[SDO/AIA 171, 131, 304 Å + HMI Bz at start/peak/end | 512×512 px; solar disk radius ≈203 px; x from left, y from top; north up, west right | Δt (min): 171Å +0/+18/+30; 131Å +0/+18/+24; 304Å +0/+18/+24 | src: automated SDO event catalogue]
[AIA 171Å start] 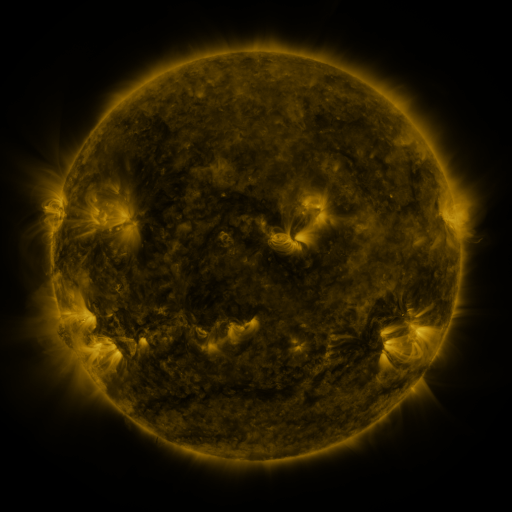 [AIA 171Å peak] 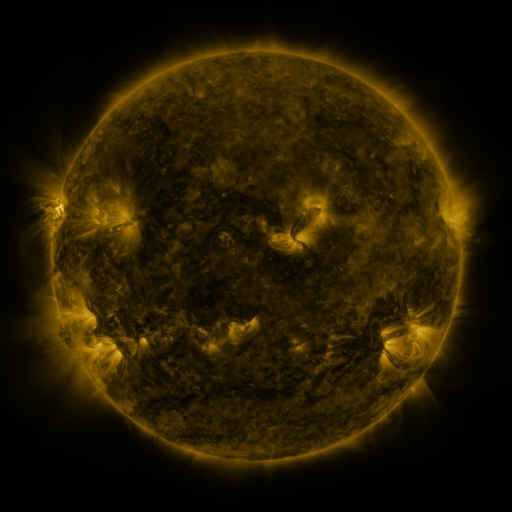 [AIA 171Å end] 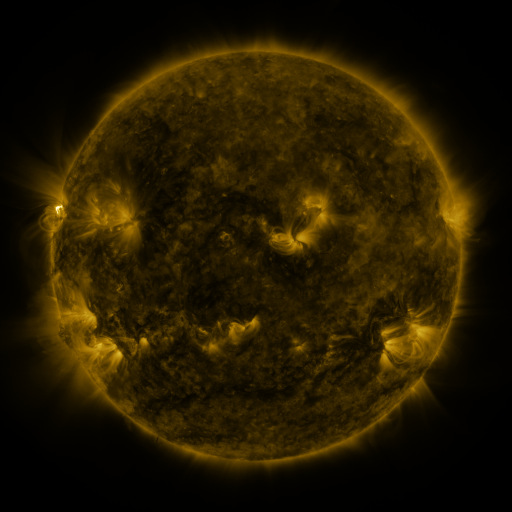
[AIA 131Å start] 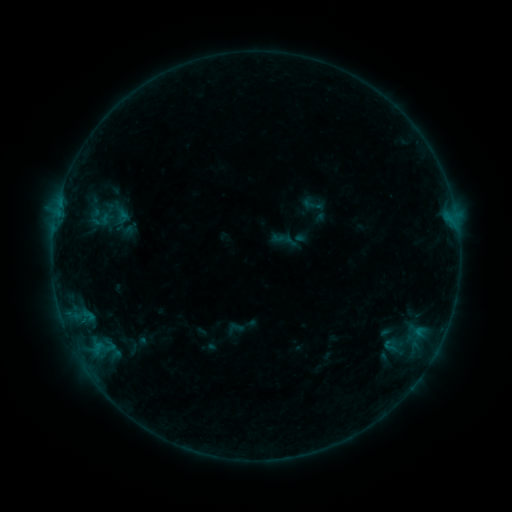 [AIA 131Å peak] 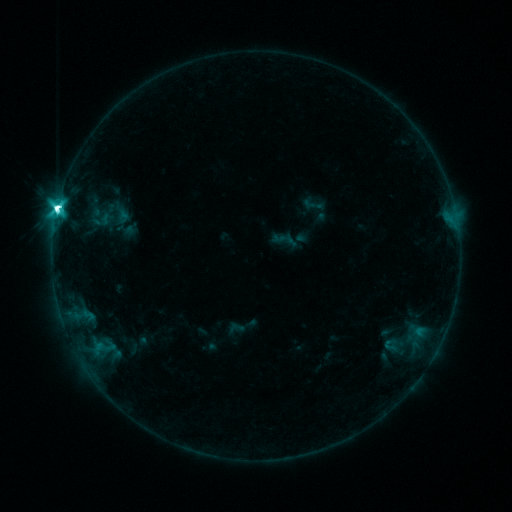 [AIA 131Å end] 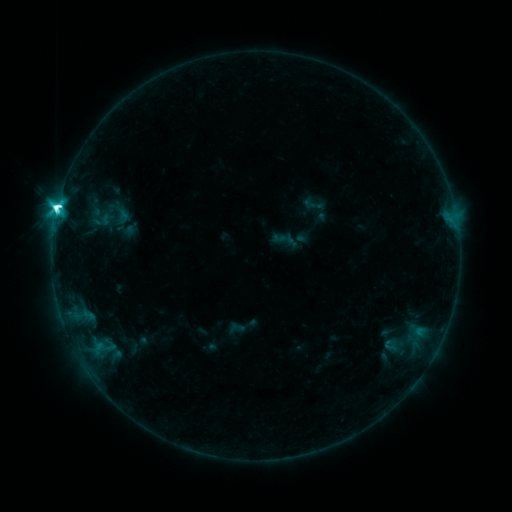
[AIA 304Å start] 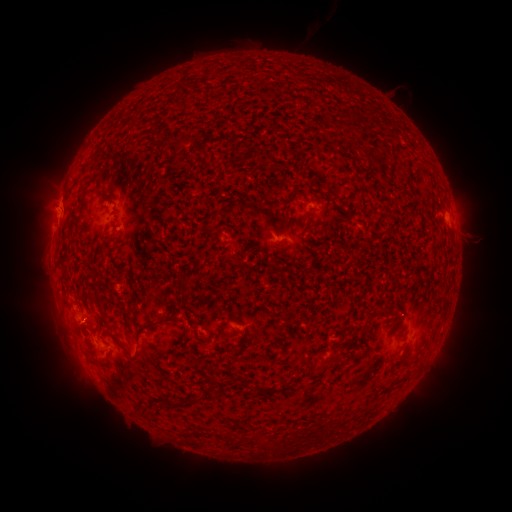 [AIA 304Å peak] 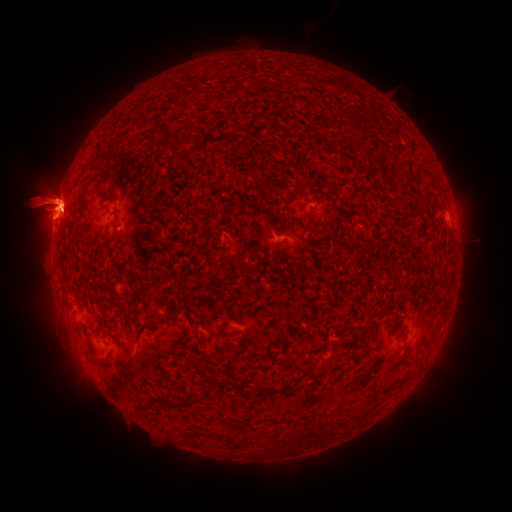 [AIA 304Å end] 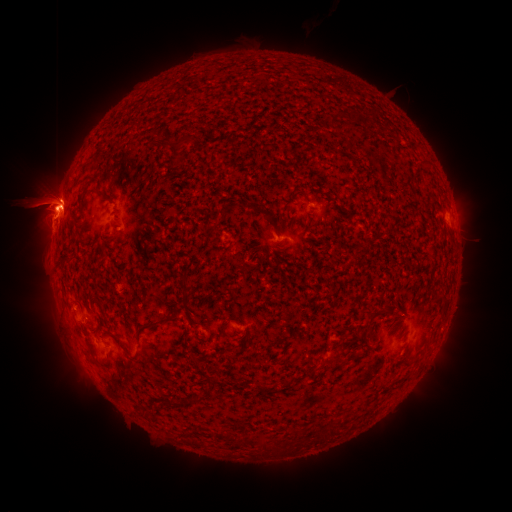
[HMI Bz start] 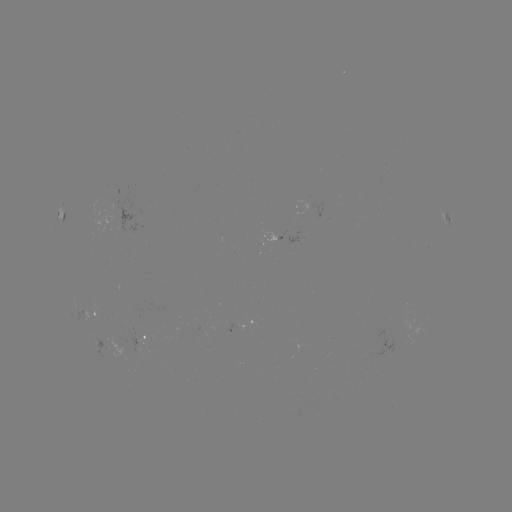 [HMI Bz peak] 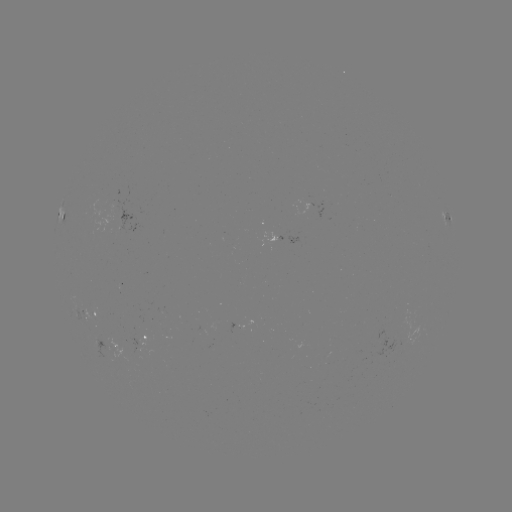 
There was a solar flare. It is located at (58, 210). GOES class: M1.7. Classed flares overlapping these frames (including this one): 1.